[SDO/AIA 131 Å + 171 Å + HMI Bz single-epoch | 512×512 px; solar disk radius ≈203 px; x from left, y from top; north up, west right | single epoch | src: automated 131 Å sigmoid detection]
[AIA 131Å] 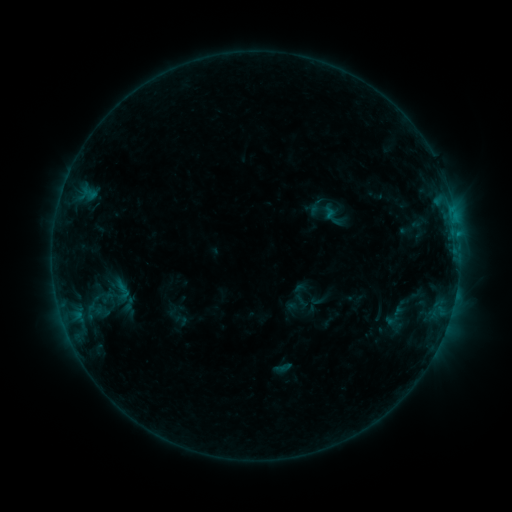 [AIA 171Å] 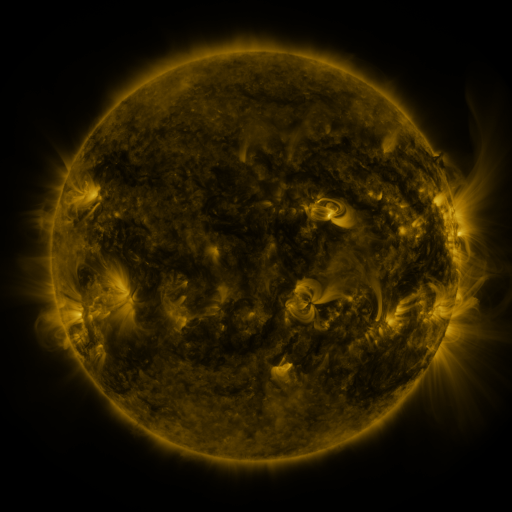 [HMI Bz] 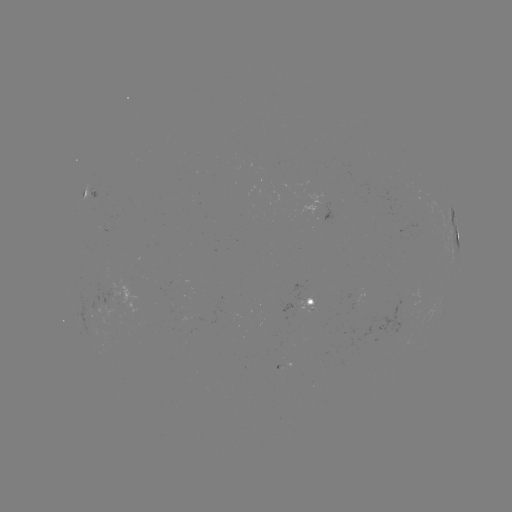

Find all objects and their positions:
sigmoid: [106, 277, 137, 304]
